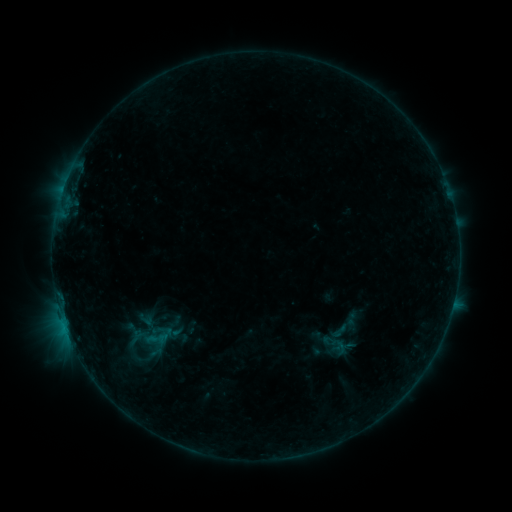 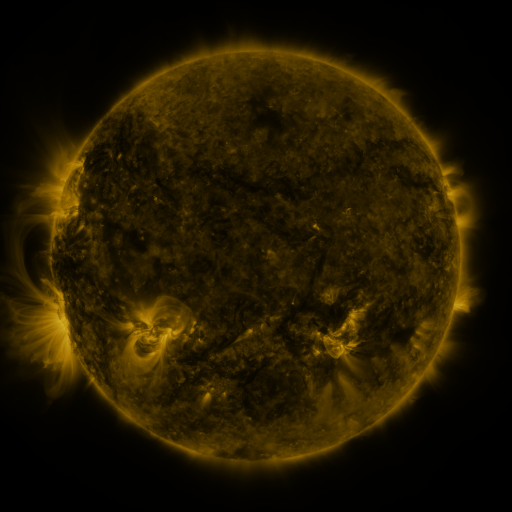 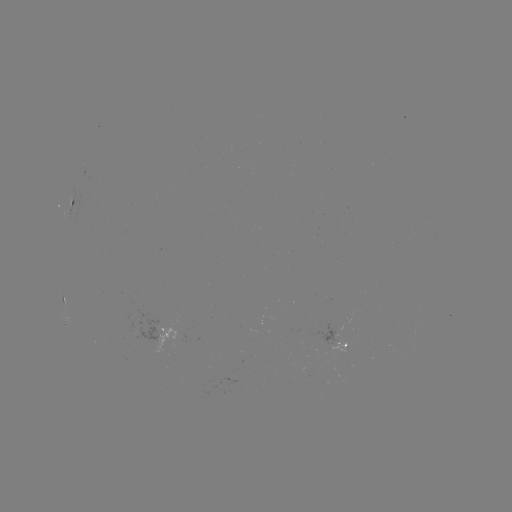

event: sigmoid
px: (339, 331)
